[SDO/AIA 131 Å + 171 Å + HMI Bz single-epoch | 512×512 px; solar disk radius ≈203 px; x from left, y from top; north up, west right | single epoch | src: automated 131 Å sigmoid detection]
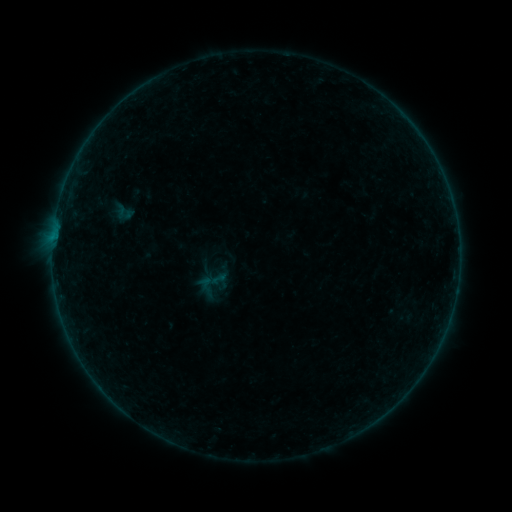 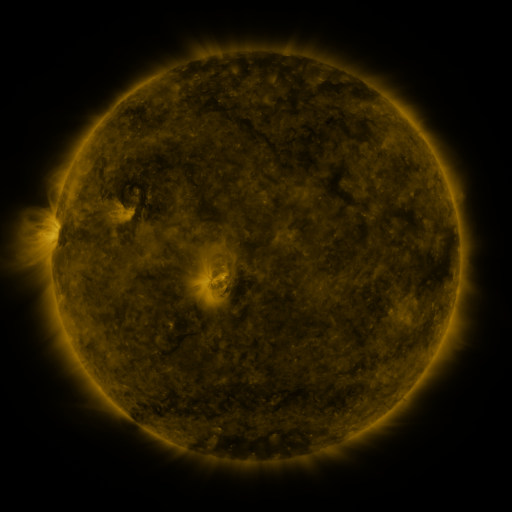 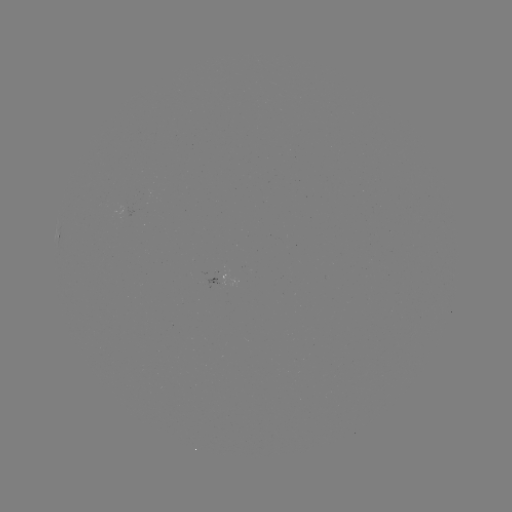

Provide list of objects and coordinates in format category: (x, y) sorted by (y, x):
sigmoid: (219, 279)
